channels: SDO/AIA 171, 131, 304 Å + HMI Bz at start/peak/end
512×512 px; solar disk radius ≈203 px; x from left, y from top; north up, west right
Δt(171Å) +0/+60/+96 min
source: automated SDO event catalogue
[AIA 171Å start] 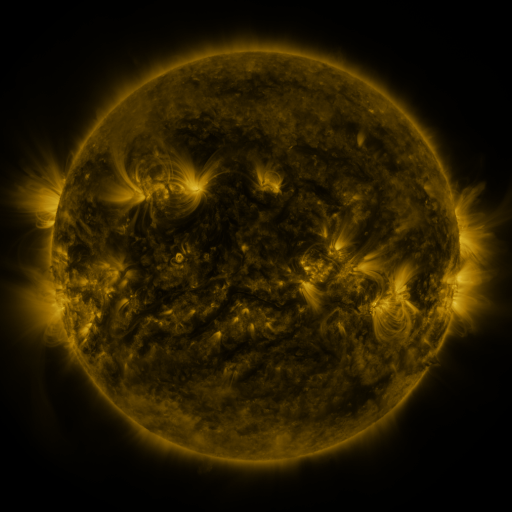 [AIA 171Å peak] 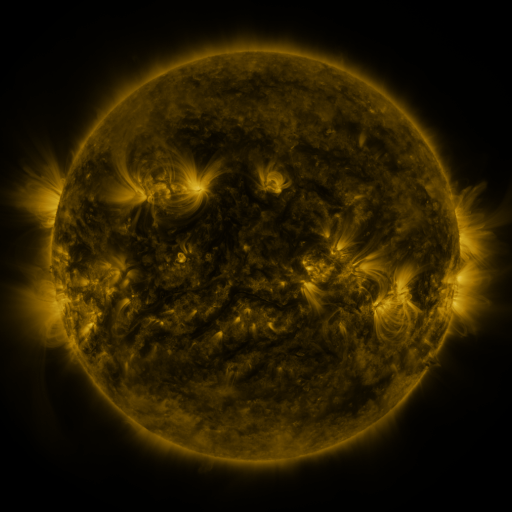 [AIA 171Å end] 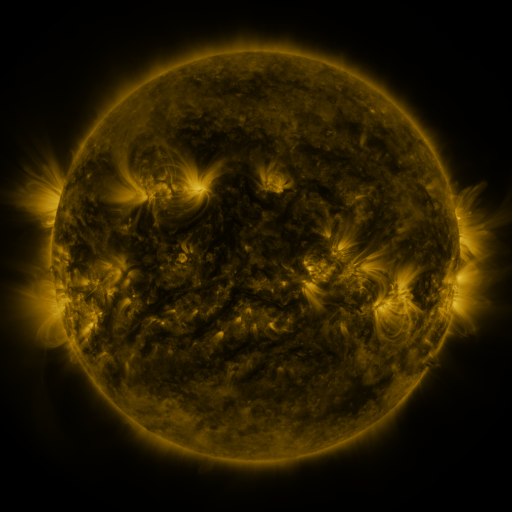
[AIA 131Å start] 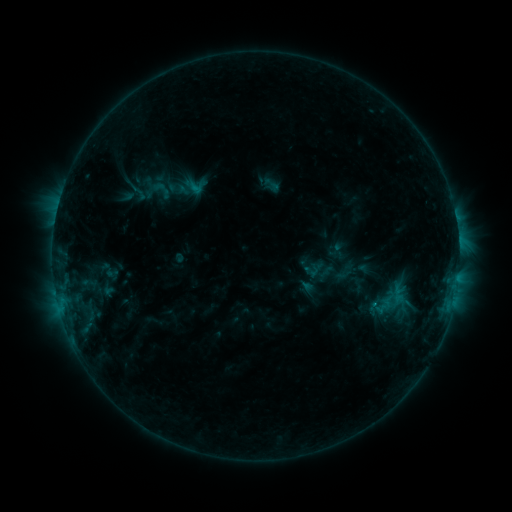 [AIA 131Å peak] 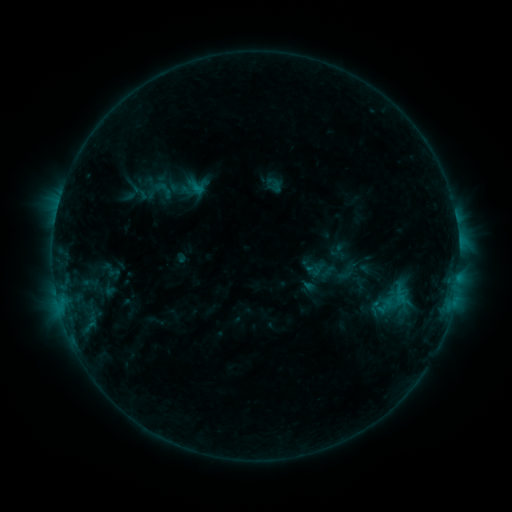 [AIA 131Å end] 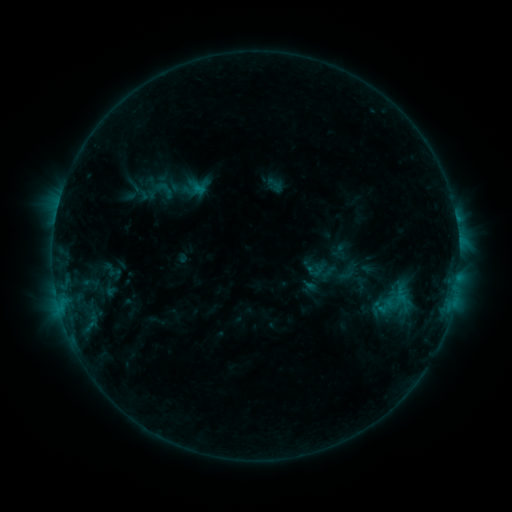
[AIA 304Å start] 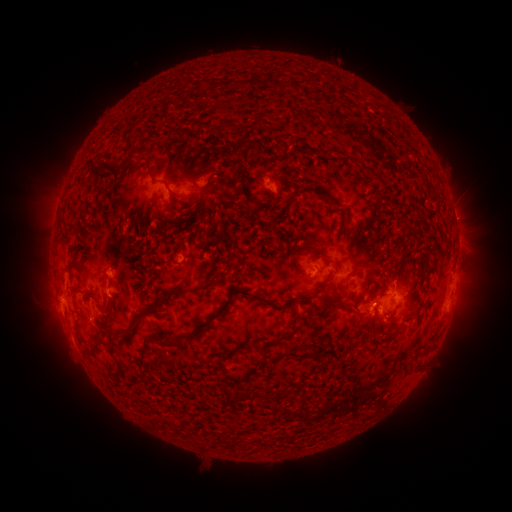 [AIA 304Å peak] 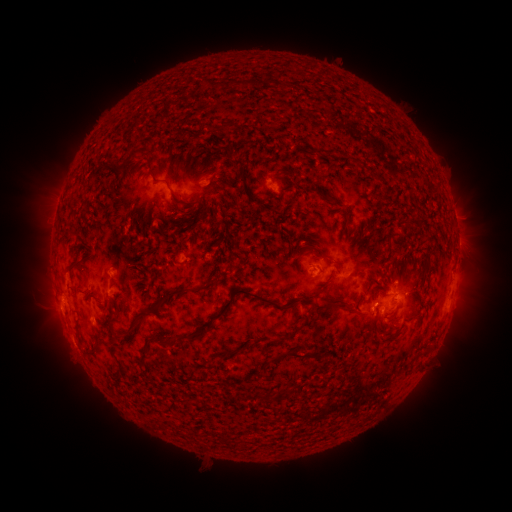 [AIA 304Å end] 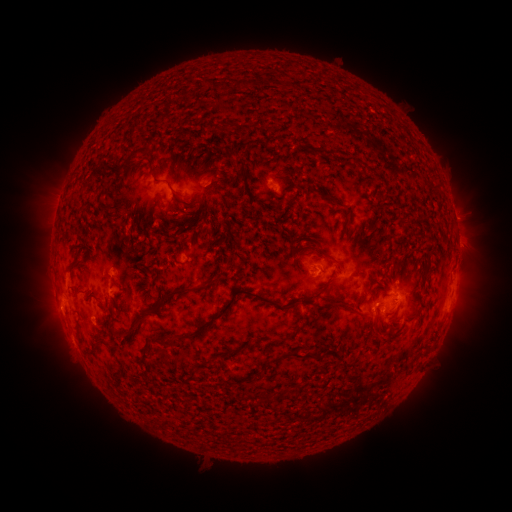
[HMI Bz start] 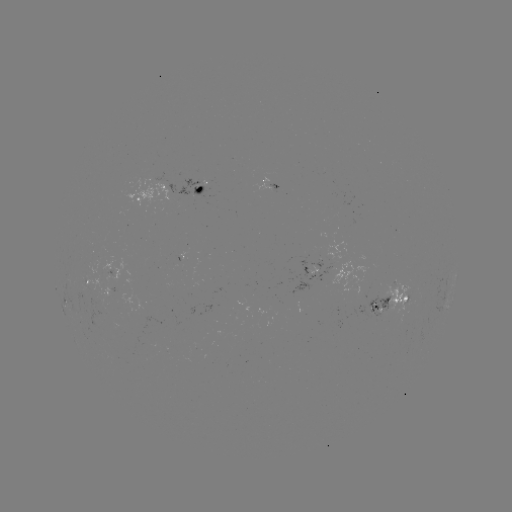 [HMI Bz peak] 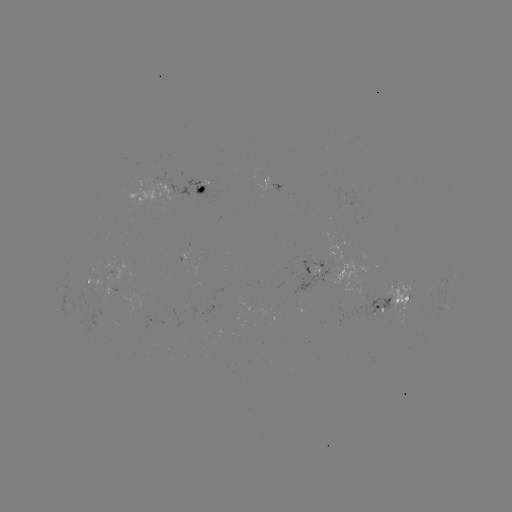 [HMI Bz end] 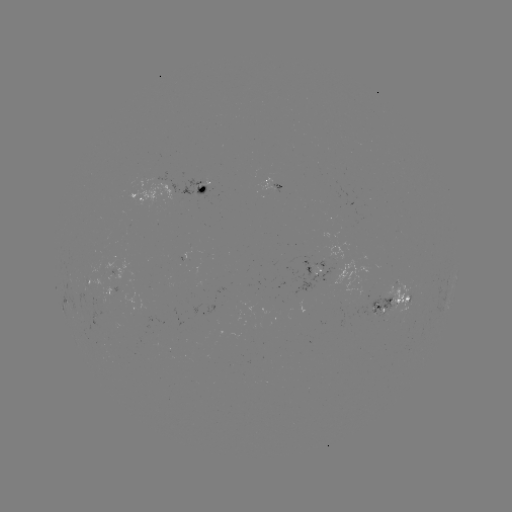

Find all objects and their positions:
emerging-flux region: (115, 278)
